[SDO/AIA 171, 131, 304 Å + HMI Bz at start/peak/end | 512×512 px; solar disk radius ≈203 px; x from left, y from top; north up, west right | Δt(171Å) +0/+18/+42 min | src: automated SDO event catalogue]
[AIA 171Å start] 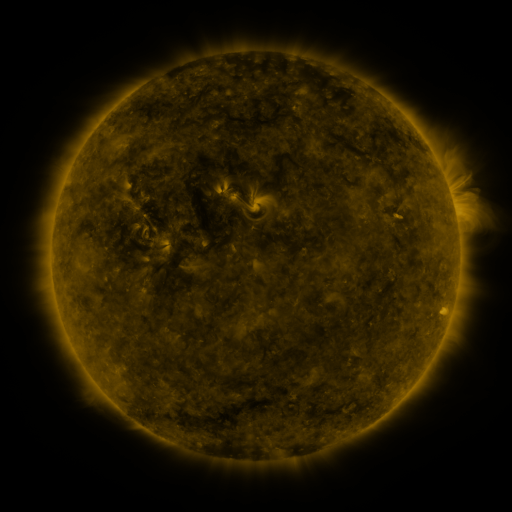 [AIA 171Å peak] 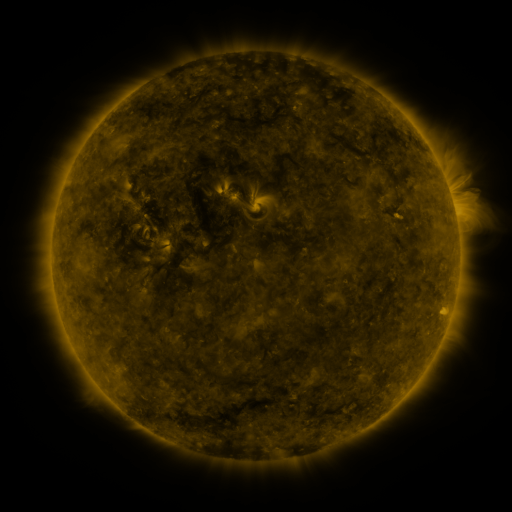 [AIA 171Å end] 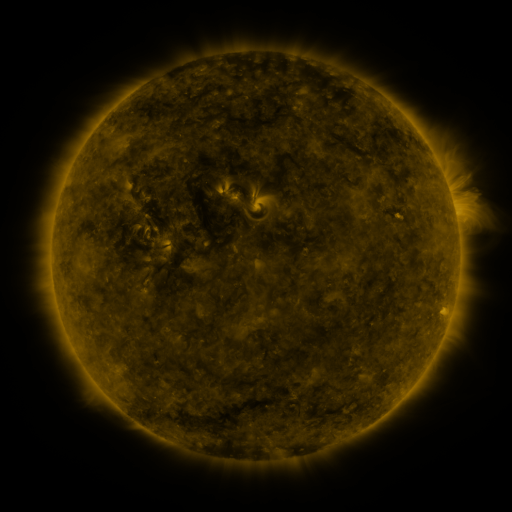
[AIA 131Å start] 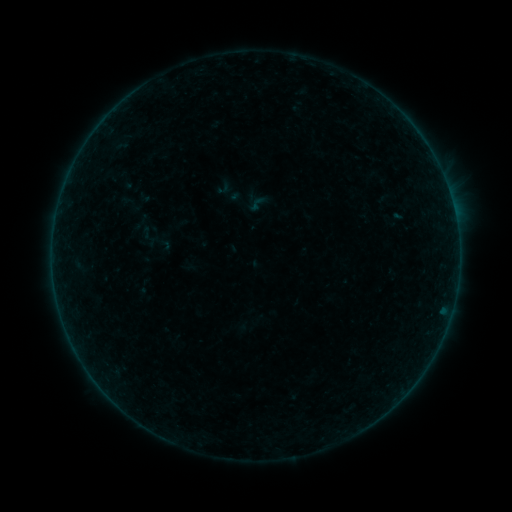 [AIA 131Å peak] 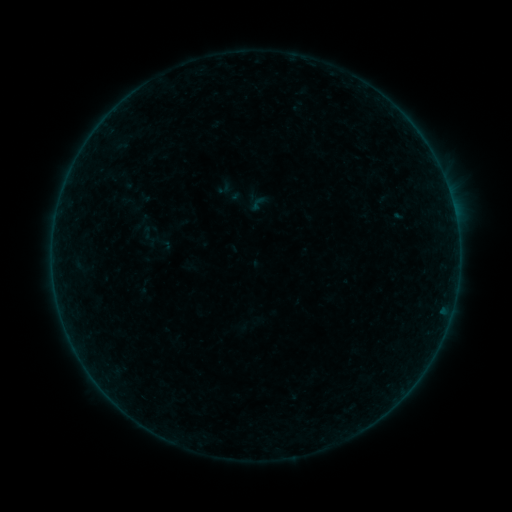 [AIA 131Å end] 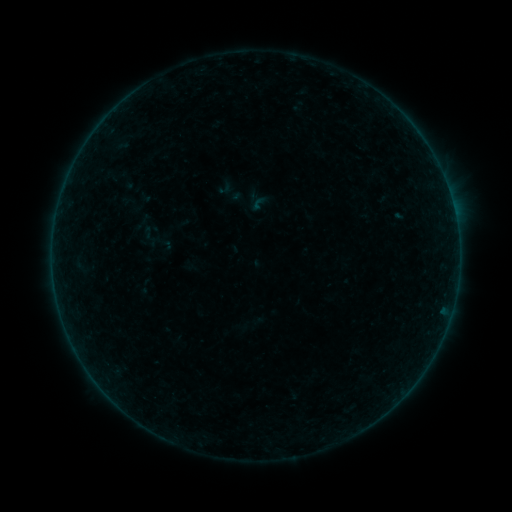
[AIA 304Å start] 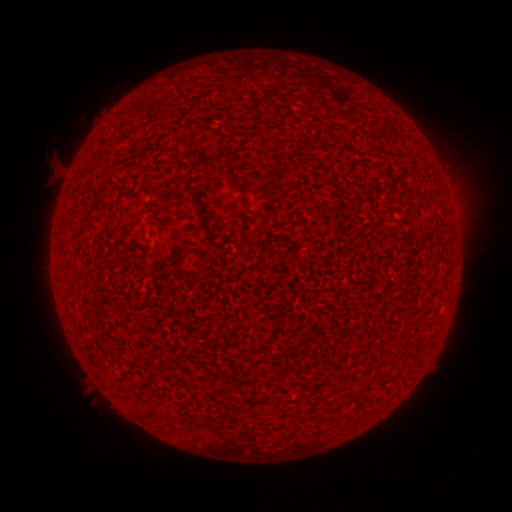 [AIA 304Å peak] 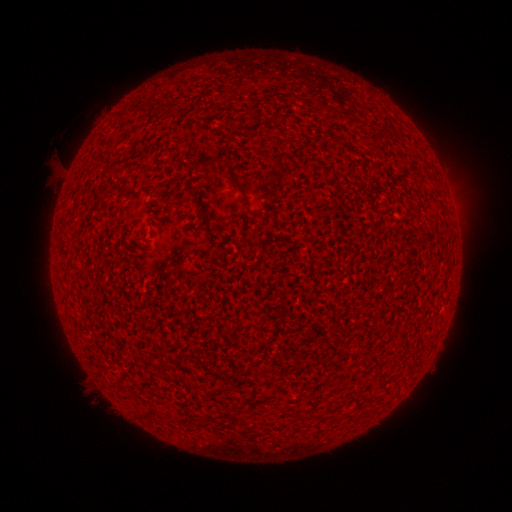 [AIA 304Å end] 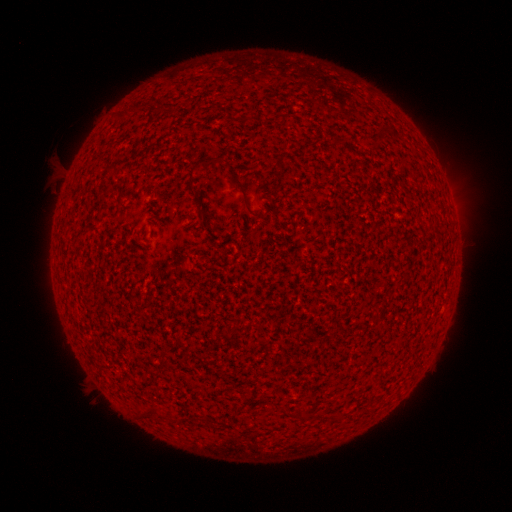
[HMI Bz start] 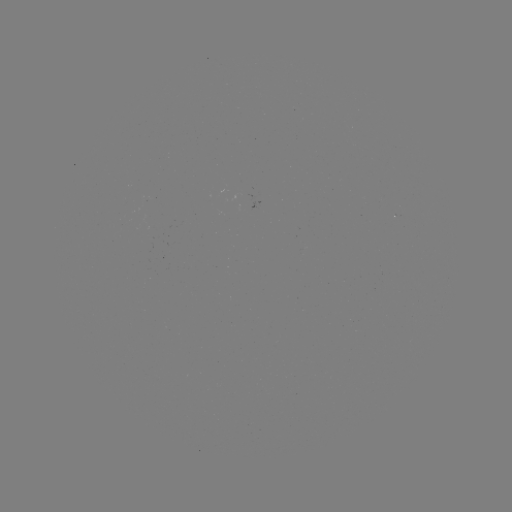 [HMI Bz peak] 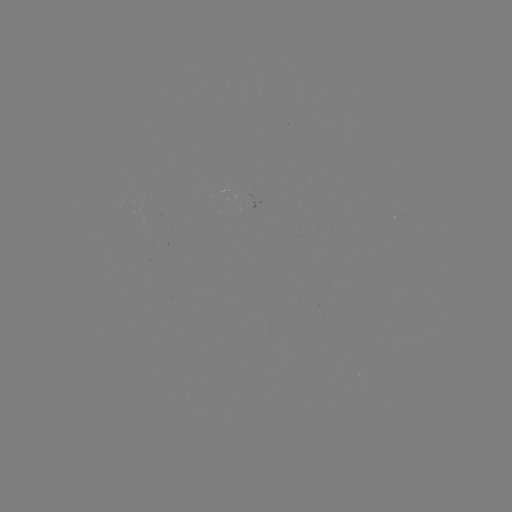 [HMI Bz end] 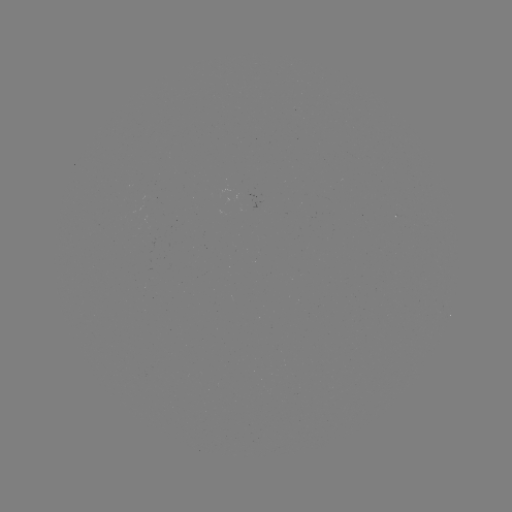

nothing was catalogued: no classed flare, no EUV trigger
